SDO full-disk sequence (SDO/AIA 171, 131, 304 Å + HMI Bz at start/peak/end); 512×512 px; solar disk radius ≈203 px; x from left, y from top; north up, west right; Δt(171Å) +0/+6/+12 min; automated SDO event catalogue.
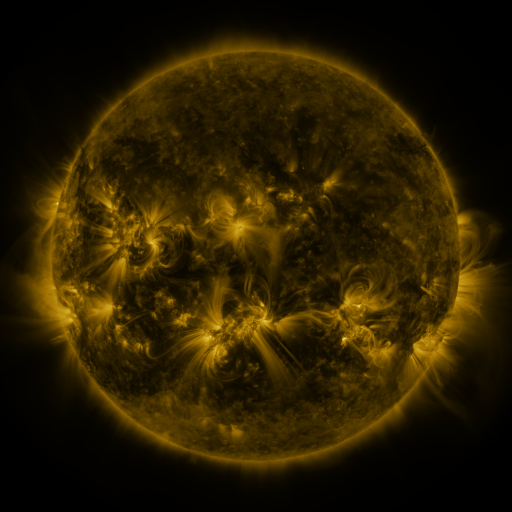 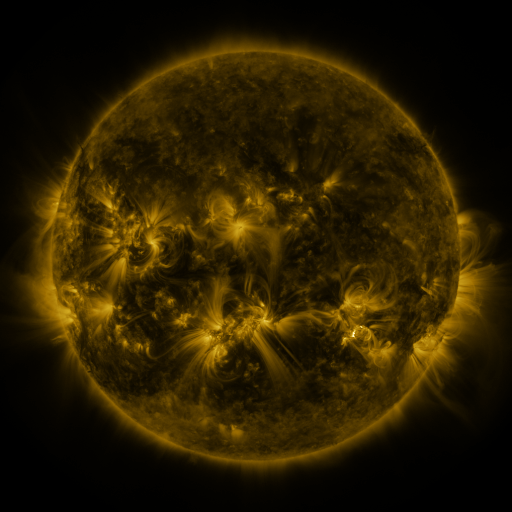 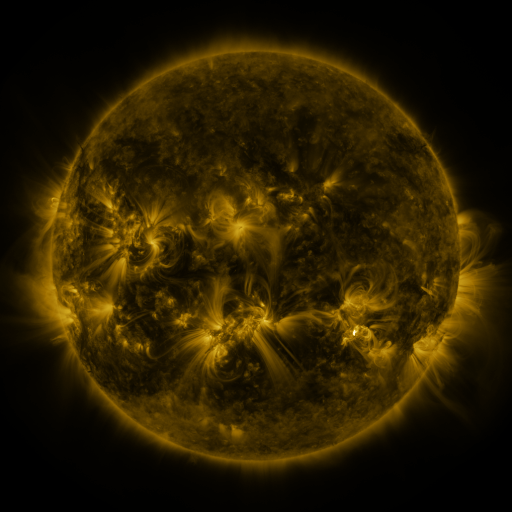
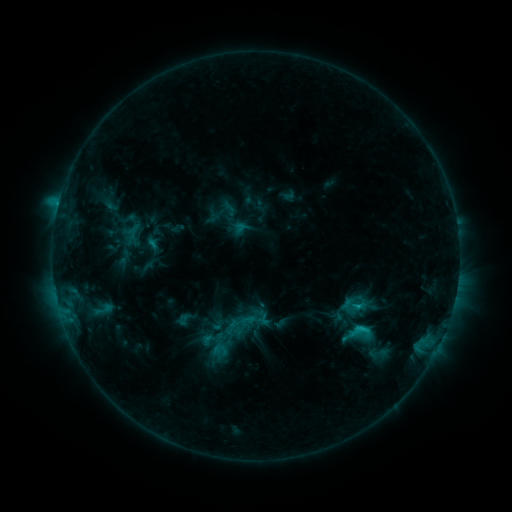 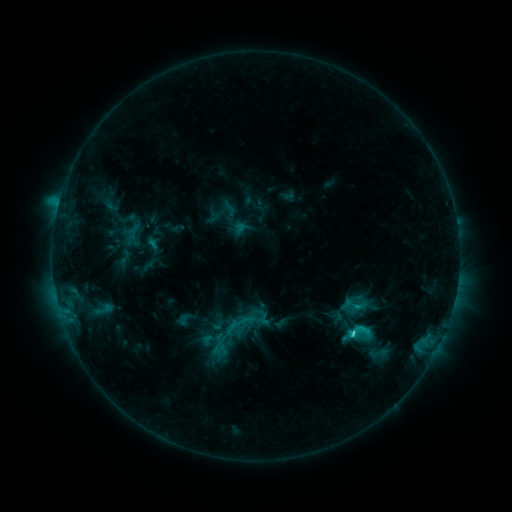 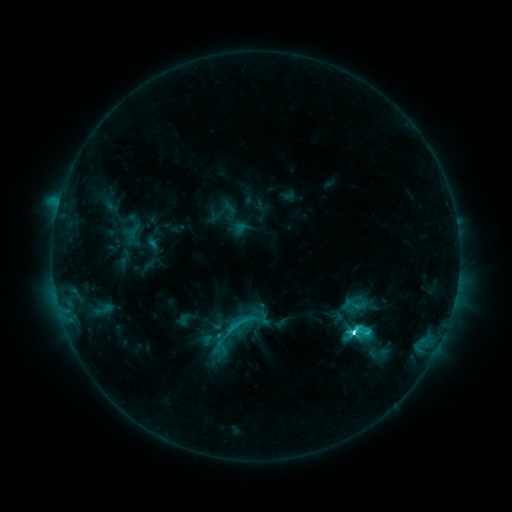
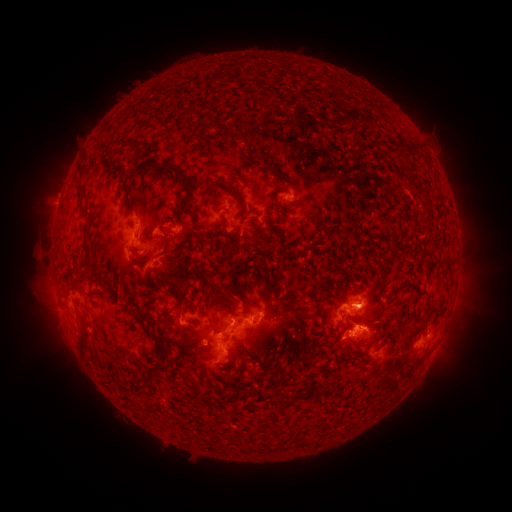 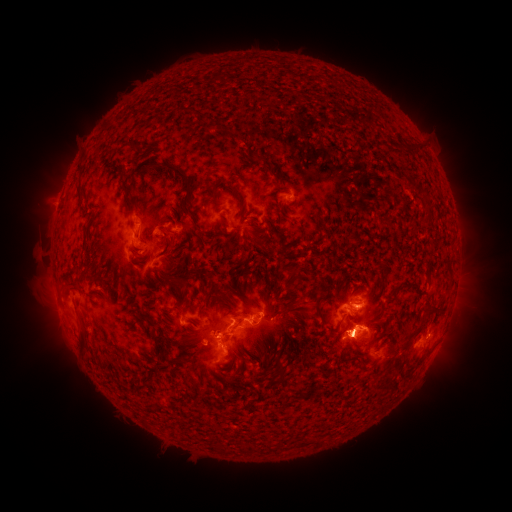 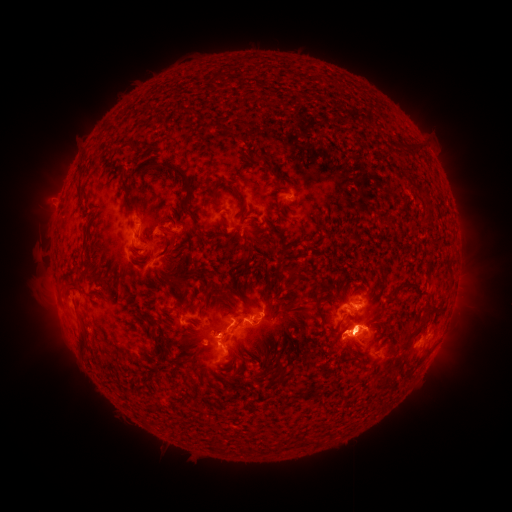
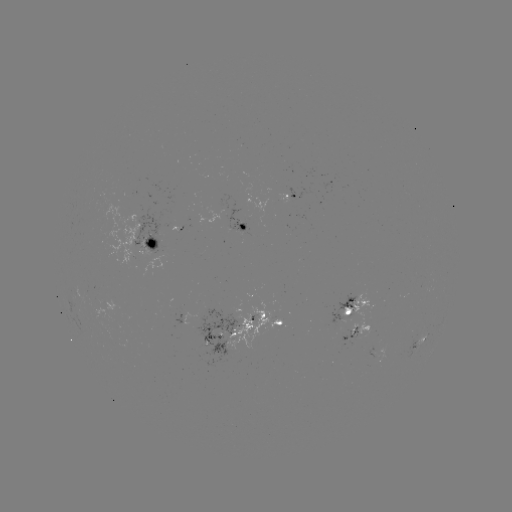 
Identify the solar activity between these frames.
M1.6 flare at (351, 333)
